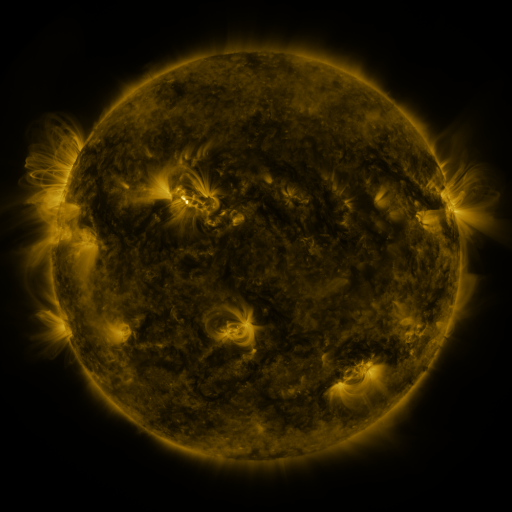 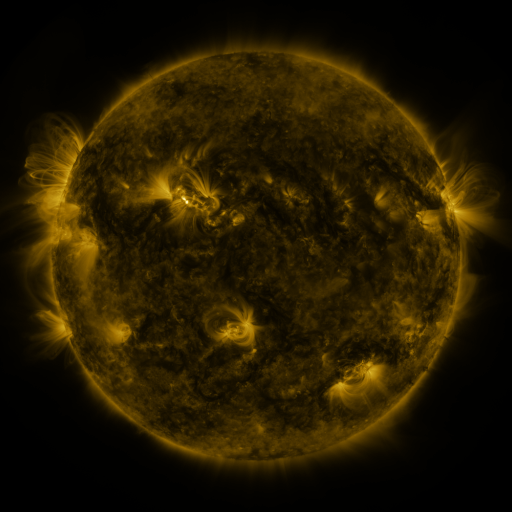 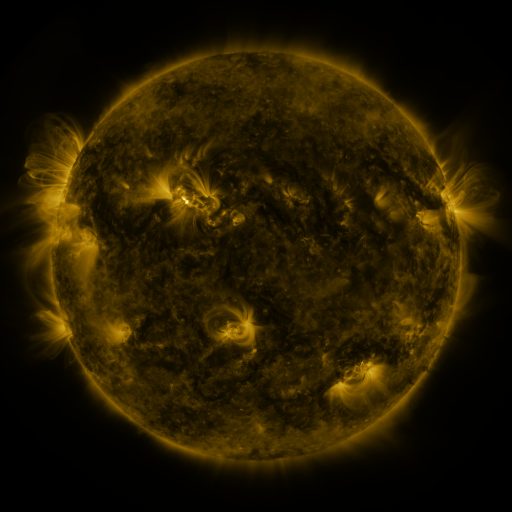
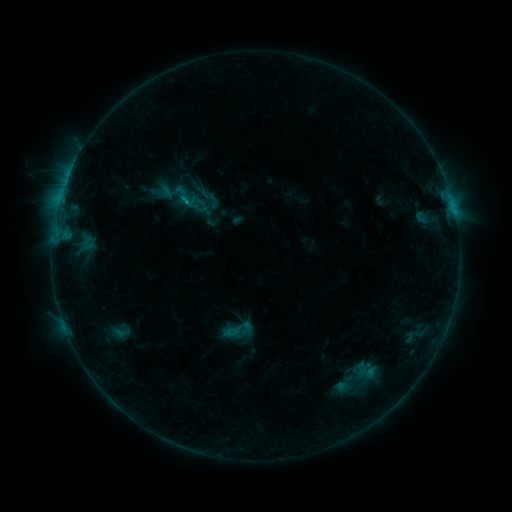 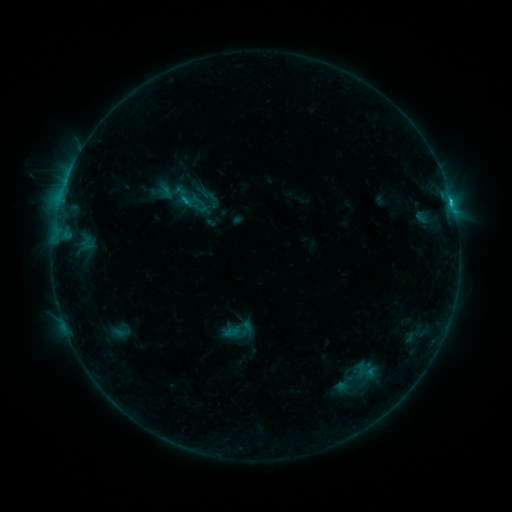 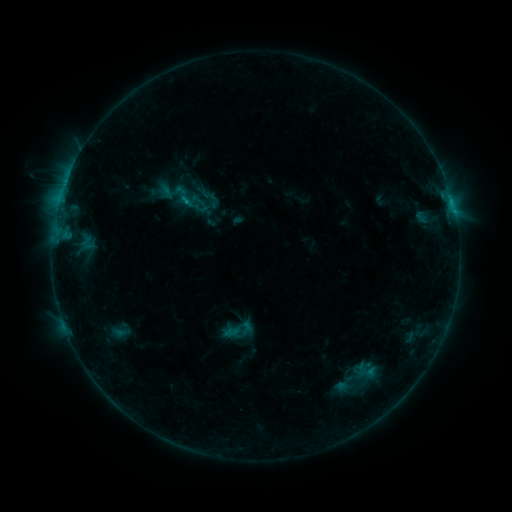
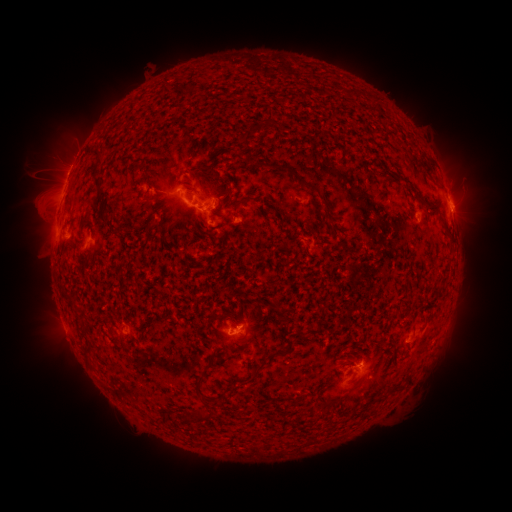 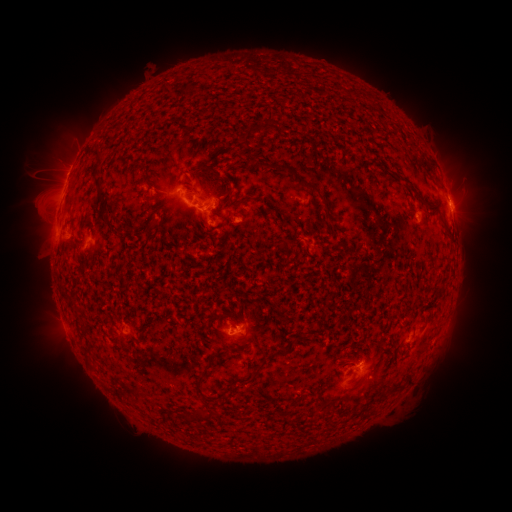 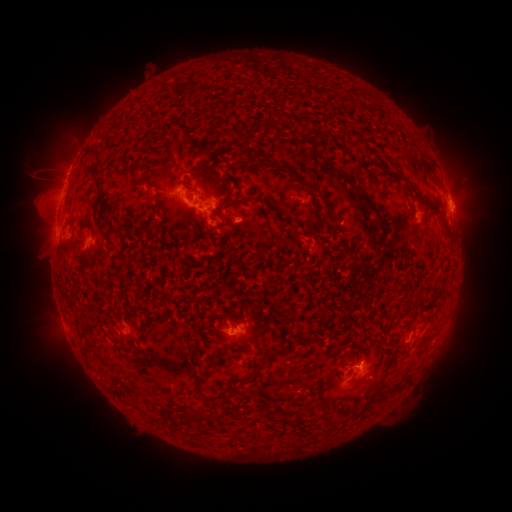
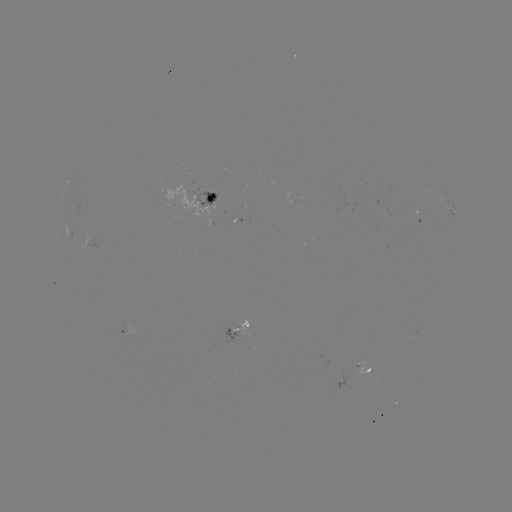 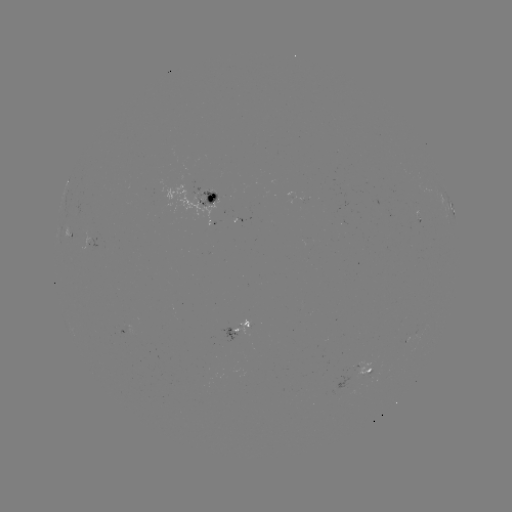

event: flare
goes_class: B9.7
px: (450, 206)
